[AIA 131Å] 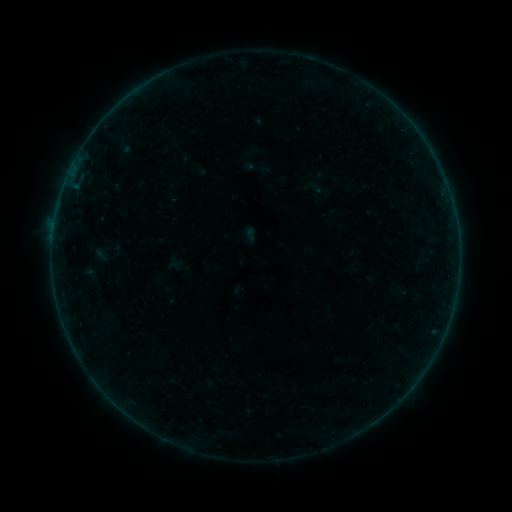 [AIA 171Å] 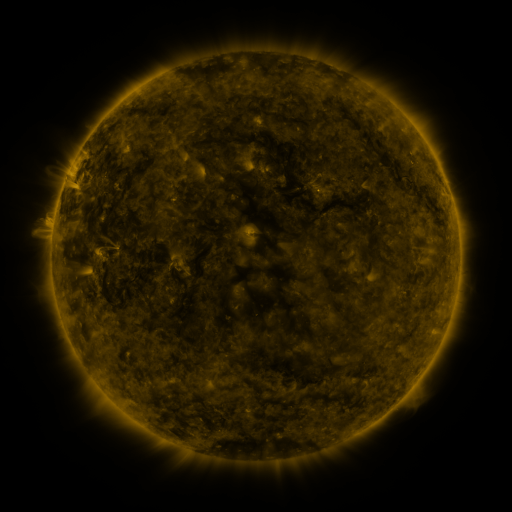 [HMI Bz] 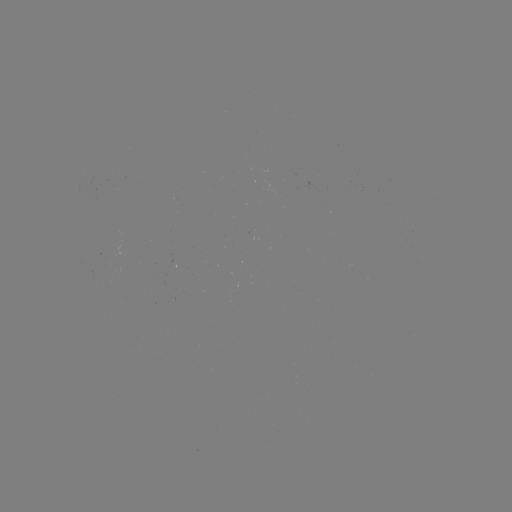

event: sigmoid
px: (105, 251)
